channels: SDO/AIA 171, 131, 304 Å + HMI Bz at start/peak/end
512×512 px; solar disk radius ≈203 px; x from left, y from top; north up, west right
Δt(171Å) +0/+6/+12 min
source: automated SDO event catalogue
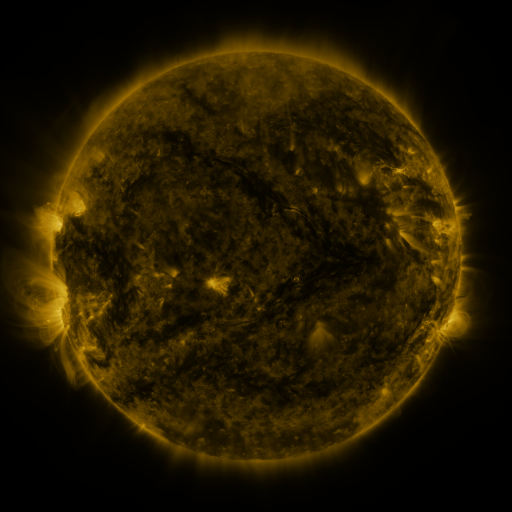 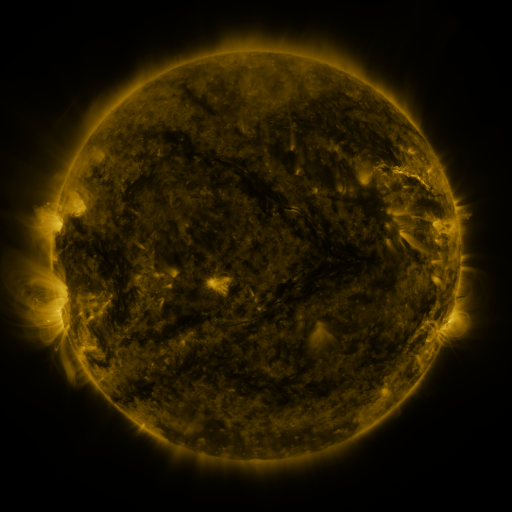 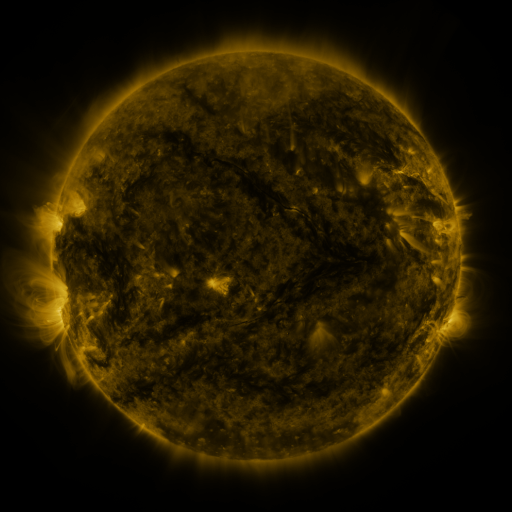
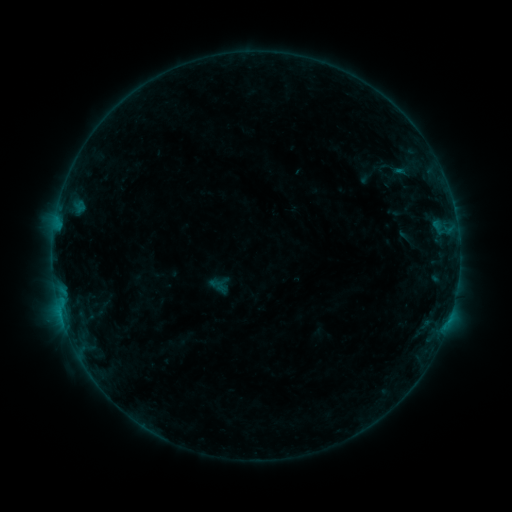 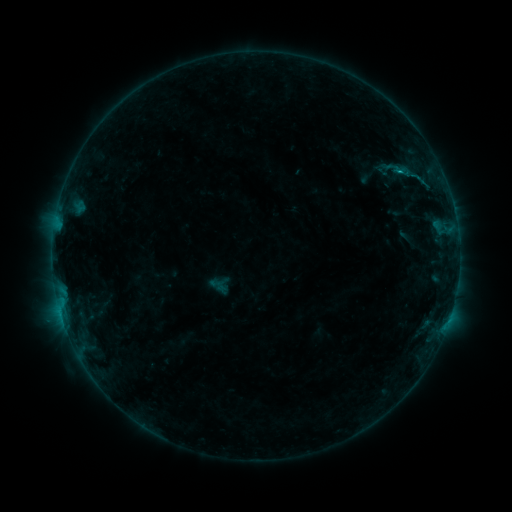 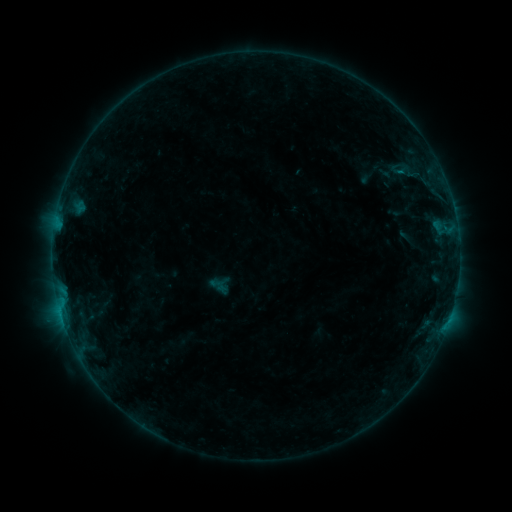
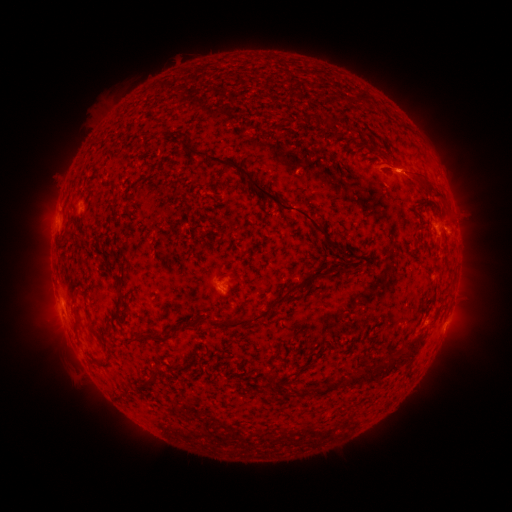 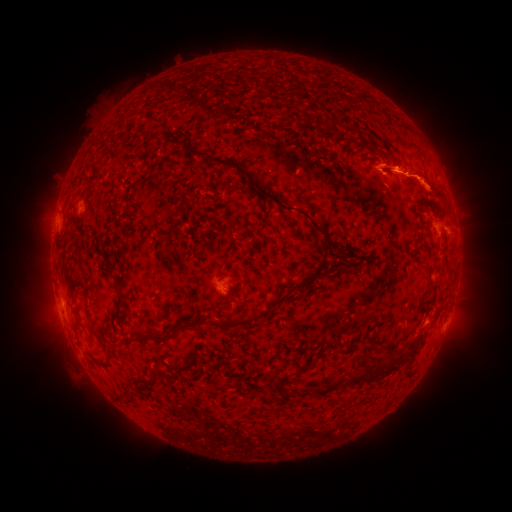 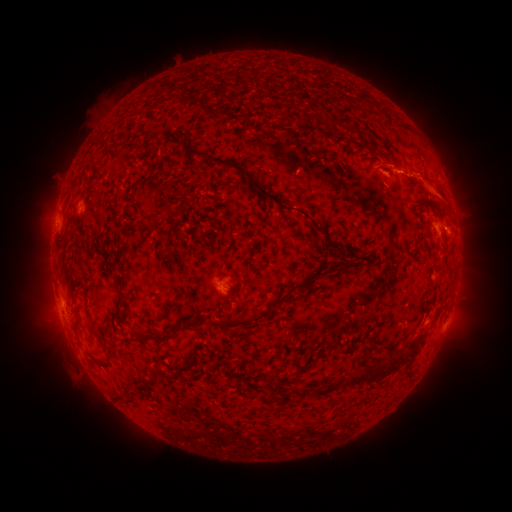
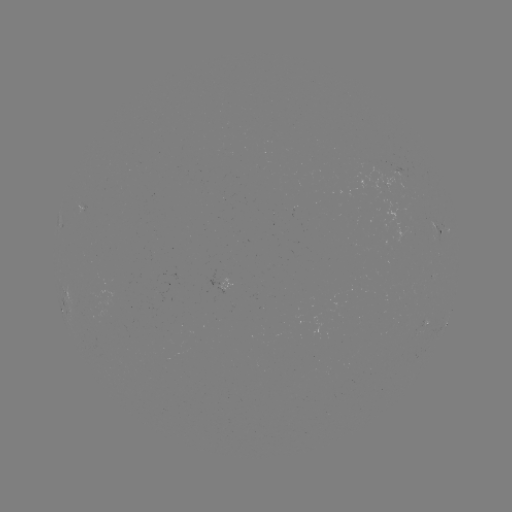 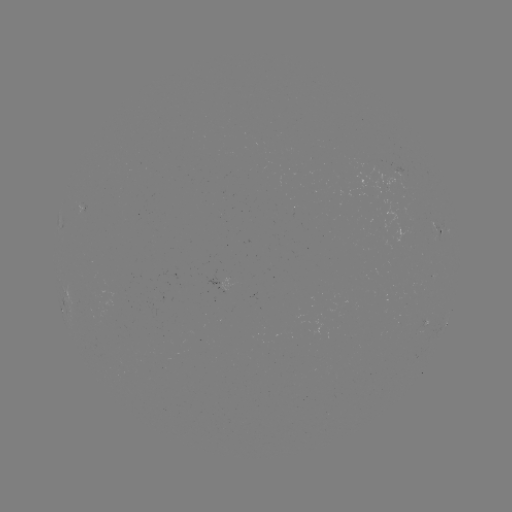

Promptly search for B4.0 flare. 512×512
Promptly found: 399,173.